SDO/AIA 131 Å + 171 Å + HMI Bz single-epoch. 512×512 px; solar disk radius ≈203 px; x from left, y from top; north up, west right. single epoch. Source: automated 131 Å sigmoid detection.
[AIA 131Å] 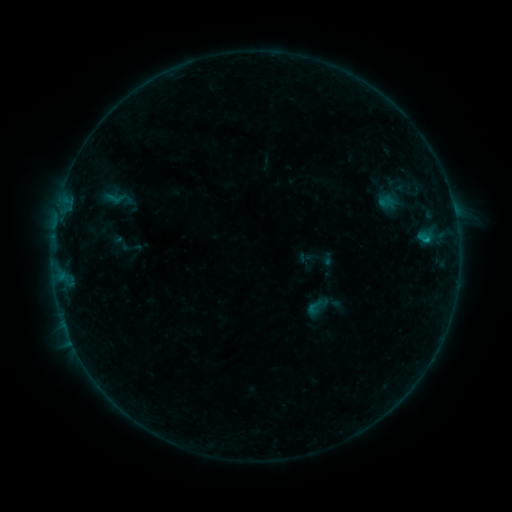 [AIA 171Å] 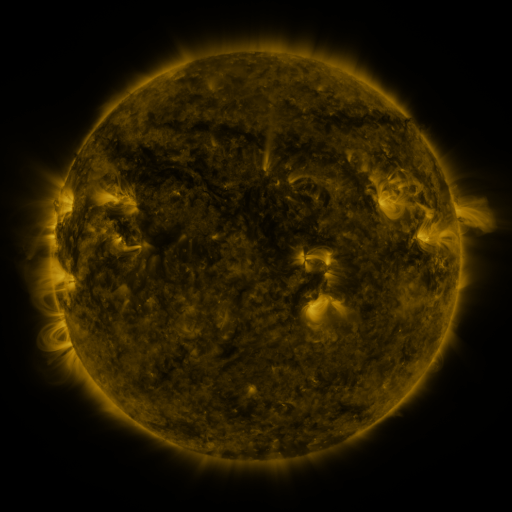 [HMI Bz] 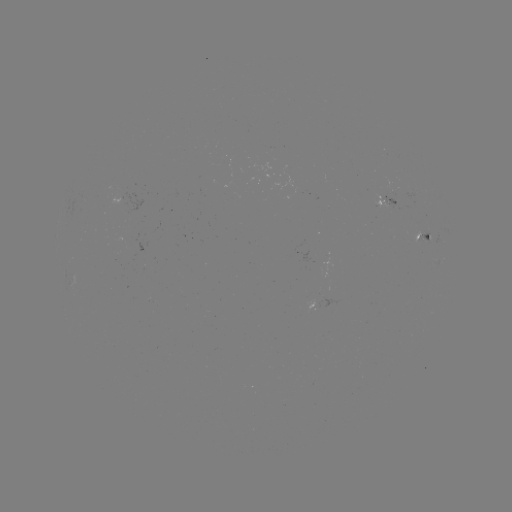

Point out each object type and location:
sigmoid: <bbox>307, 298, 324, 315</bbox>
